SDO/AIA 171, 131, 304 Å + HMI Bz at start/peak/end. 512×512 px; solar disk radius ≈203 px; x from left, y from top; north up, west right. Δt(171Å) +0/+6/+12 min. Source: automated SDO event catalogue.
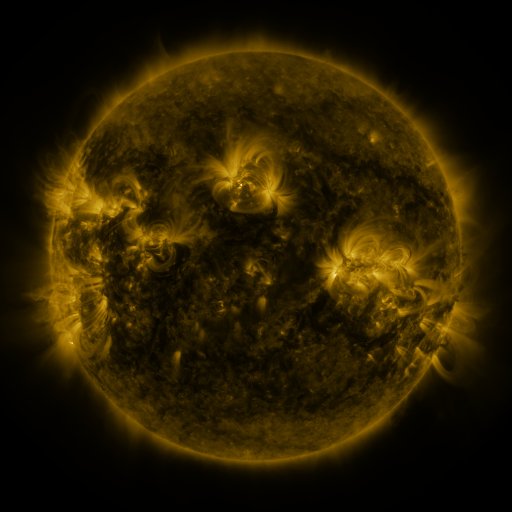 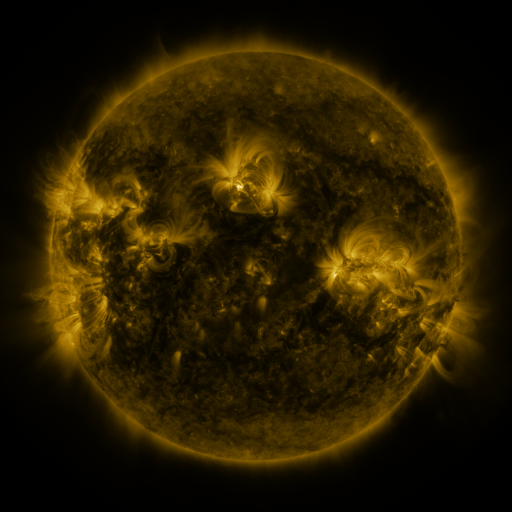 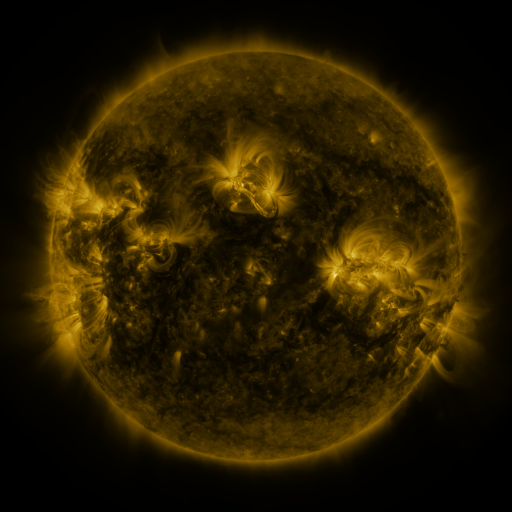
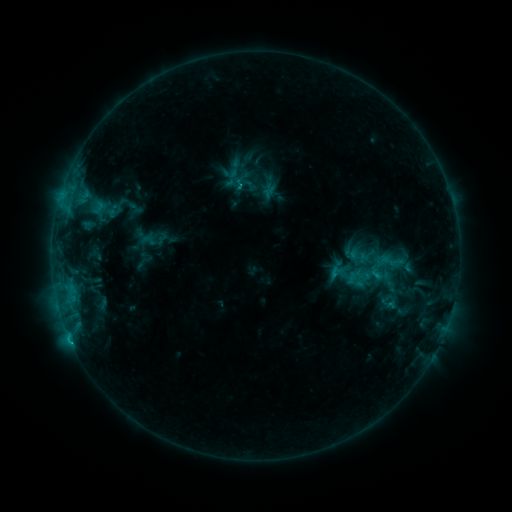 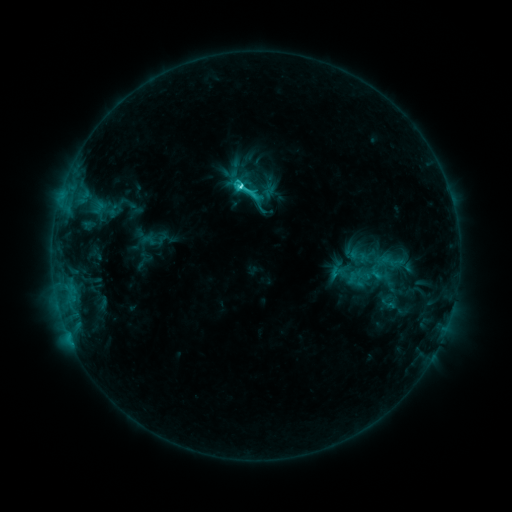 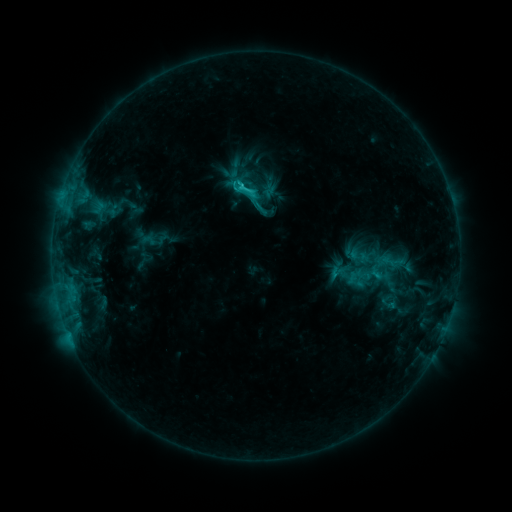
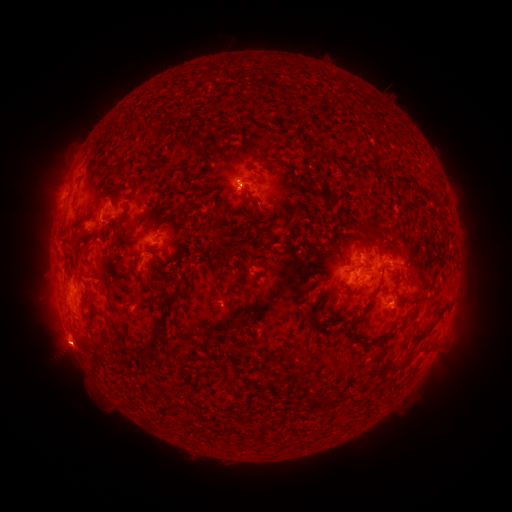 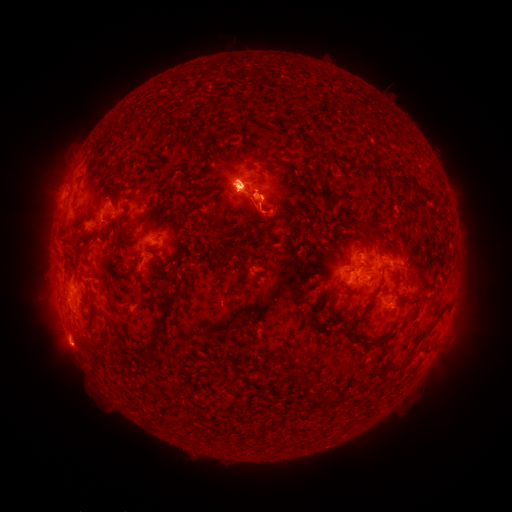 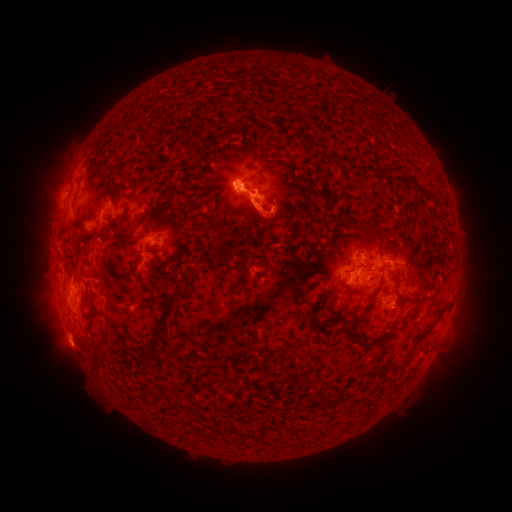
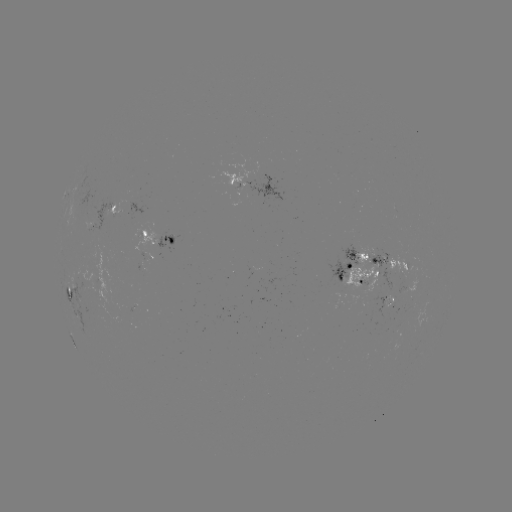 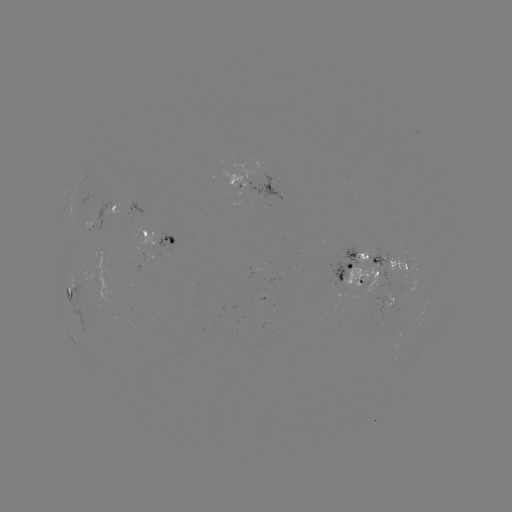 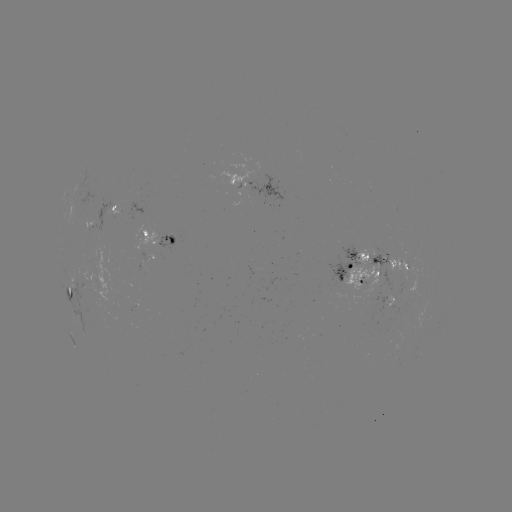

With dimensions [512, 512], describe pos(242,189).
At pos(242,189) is C5.7 flare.